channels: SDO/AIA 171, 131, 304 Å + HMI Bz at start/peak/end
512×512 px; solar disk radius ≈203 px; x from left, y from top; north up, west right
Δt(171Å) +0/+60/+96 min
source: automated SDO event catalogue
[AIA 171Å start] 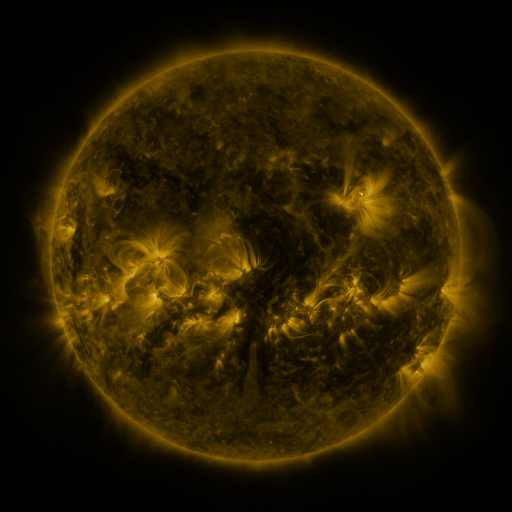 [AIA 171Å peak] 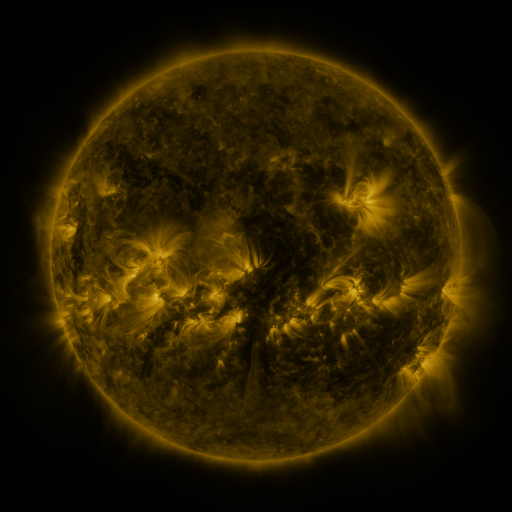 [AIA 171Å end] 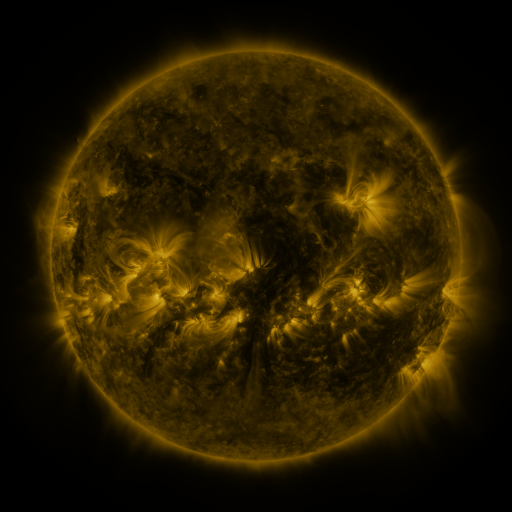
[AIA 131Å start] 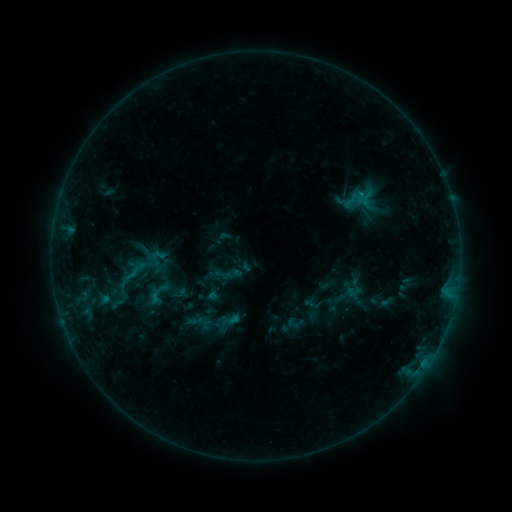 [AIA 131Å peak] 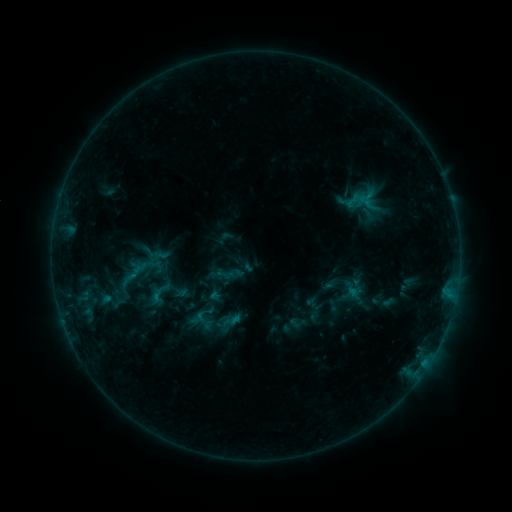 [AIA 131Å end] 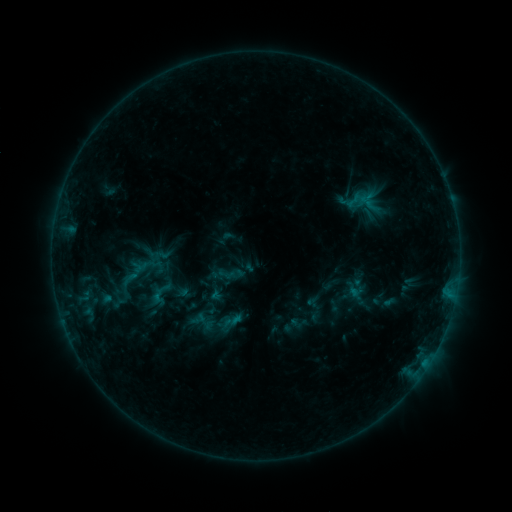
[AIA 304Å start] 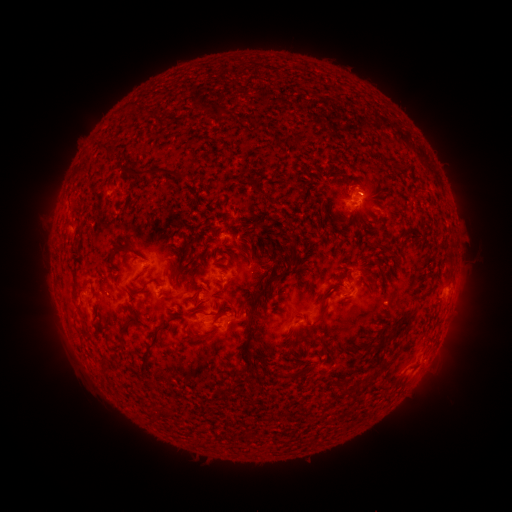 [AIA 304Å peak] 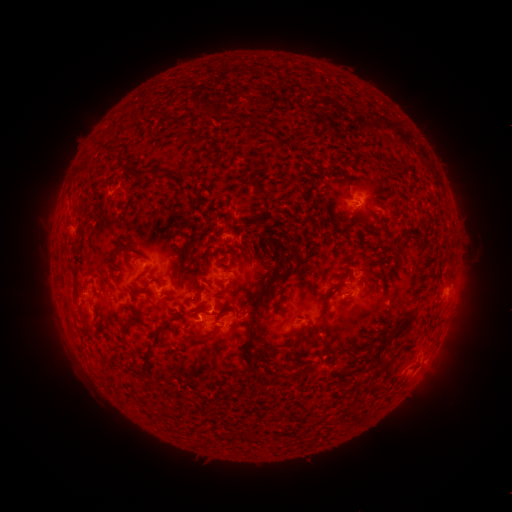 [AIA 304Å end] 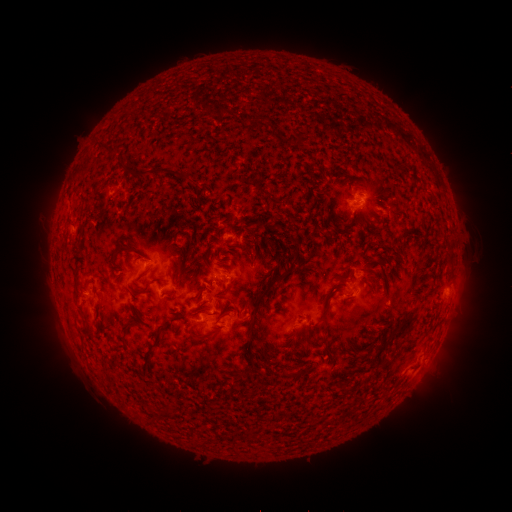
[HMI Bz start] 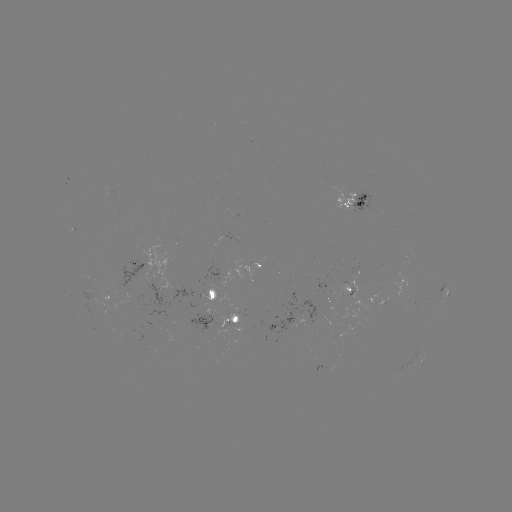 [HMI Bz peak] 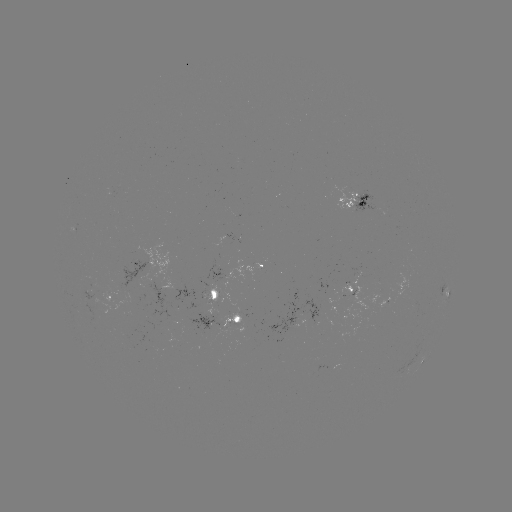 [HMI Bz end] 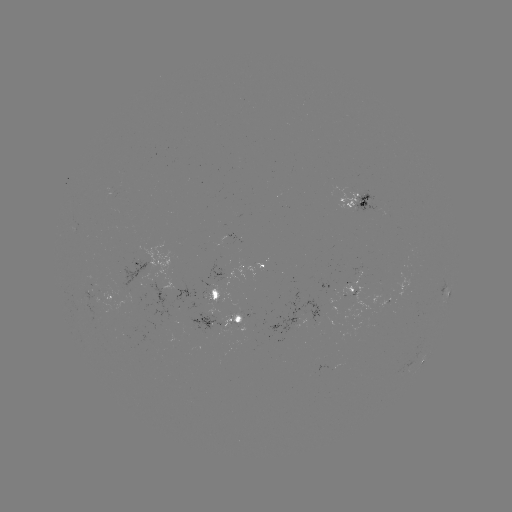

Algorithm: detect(emerging-flux region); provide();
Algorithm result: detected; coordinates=(223, 331)